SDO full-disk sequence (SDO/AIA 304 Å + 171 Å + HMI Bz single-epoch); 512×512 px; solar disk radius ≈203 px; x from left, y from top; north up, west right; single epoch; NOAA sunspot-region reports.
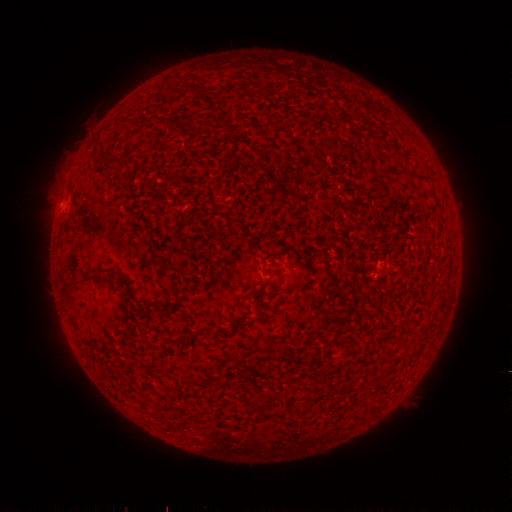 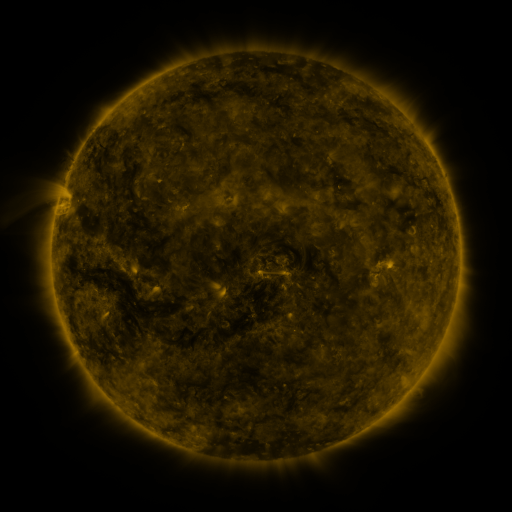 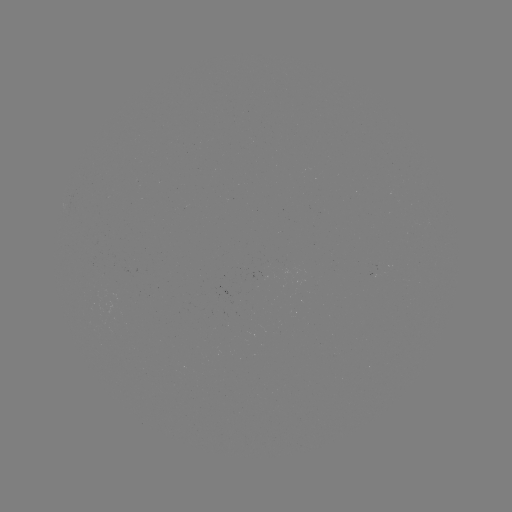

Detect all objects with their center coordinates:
(none)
